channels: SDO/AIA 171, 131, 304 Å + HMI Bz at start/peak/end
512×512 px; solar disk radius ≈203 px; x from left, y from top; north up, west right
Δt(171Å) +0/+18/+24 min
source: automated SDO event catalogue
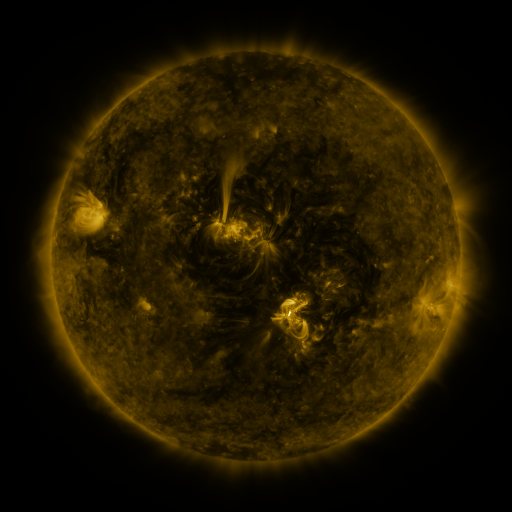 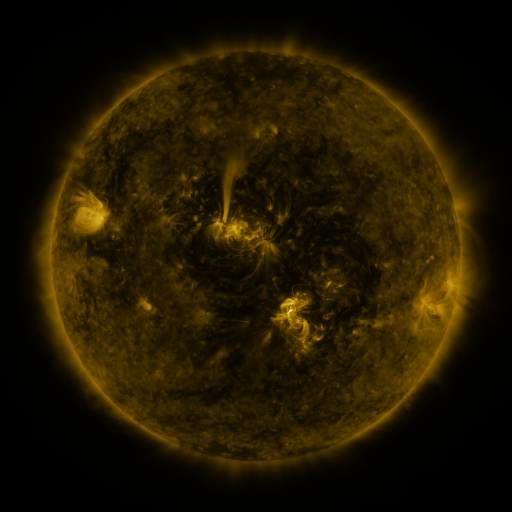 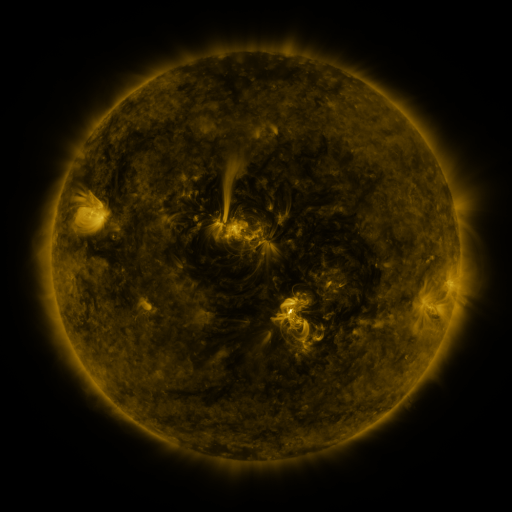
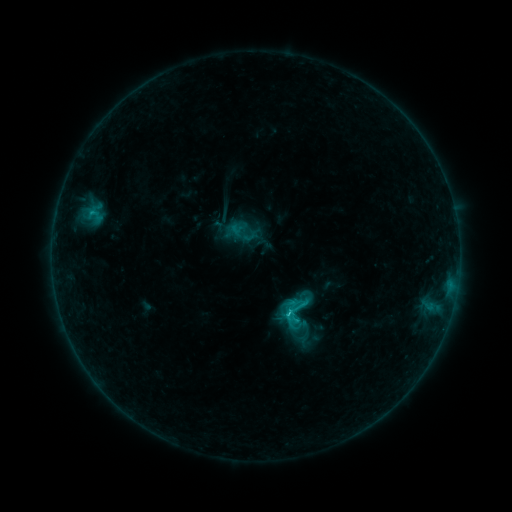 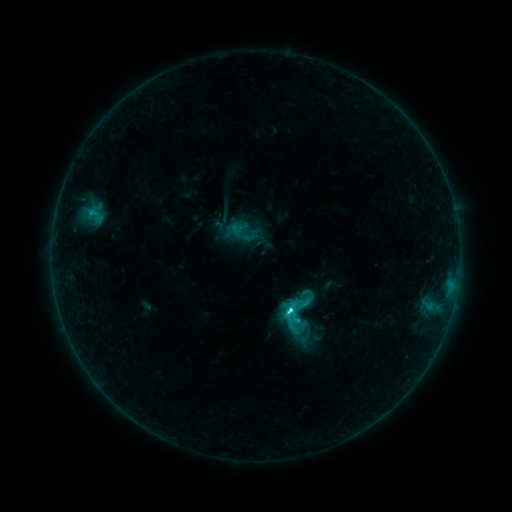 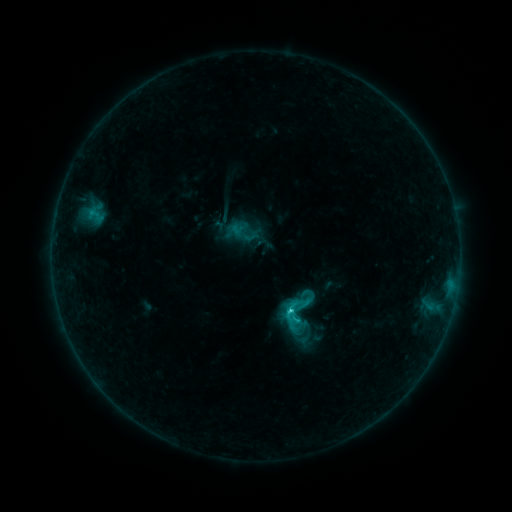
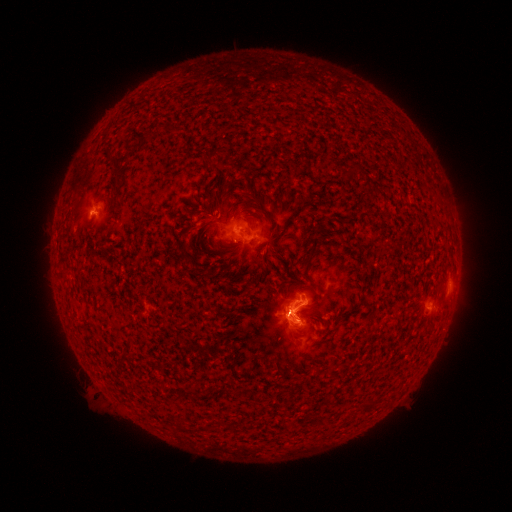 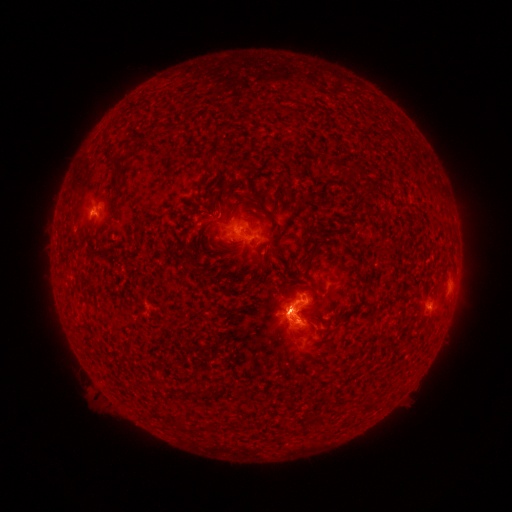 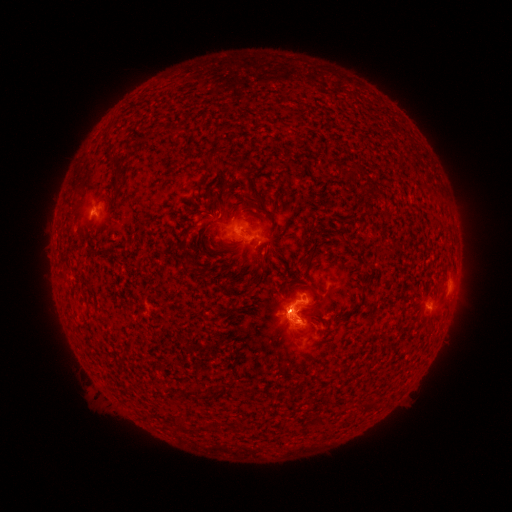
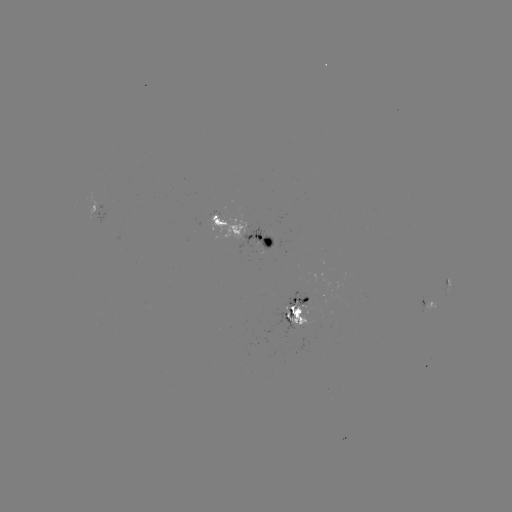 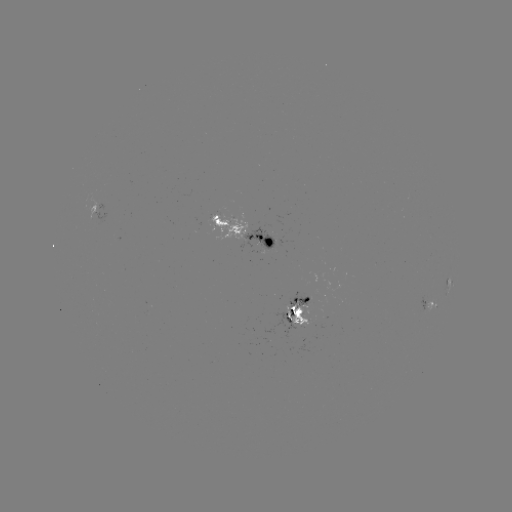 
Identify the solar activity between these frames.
C4.1 flare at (287, 309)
